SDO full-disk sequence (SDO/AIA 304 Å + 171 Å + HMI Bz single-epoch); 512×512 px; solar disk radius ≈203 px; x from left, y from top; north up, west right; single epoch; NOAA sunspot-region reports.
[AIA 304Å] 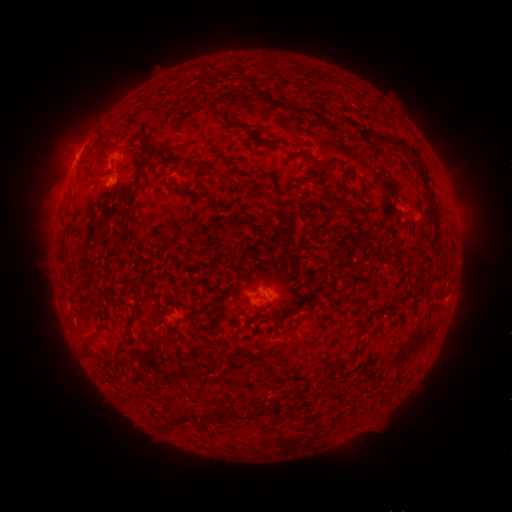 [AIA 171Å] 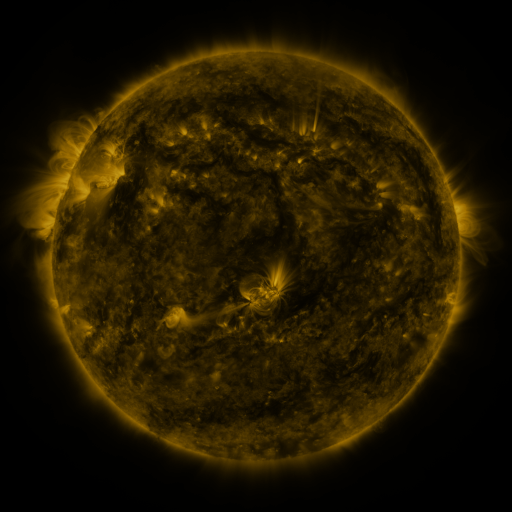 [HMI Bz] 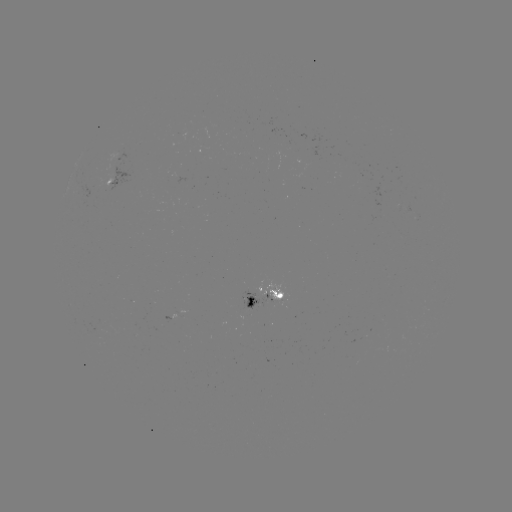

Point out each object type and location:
spotted active region: (119, 183)
spotted active region: (262, 299)
